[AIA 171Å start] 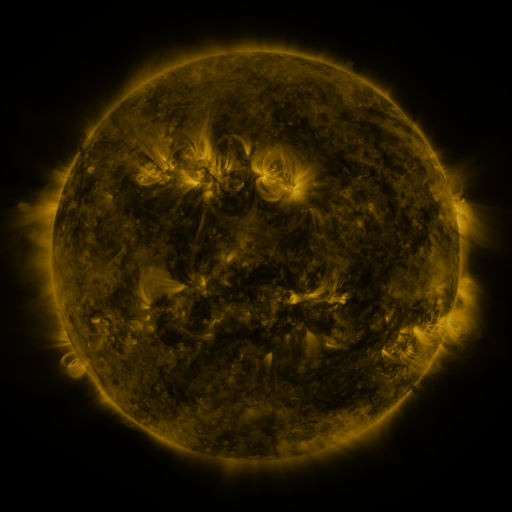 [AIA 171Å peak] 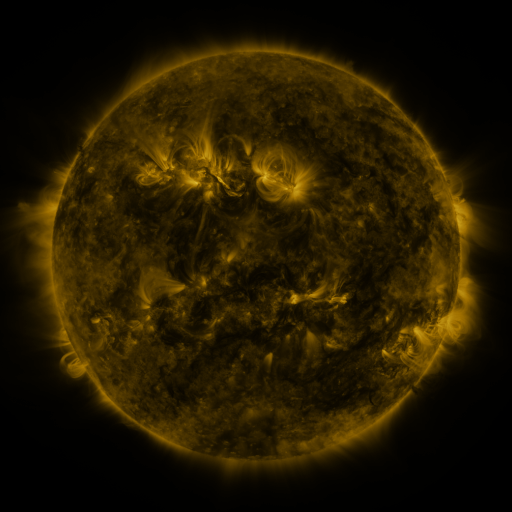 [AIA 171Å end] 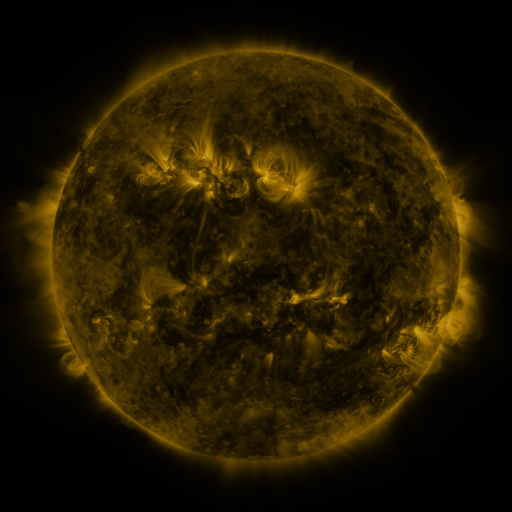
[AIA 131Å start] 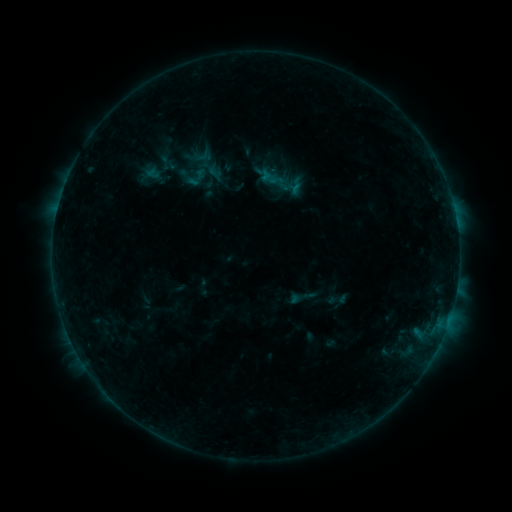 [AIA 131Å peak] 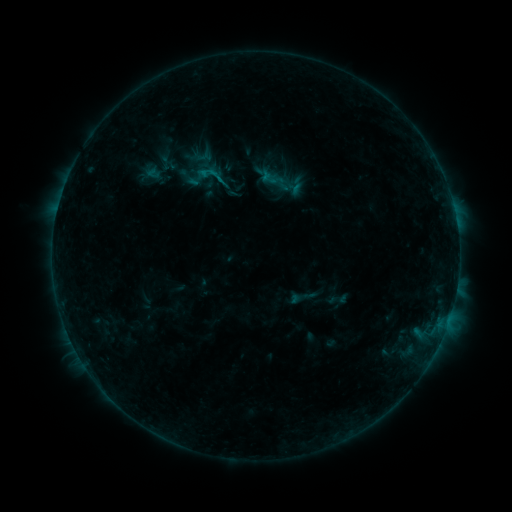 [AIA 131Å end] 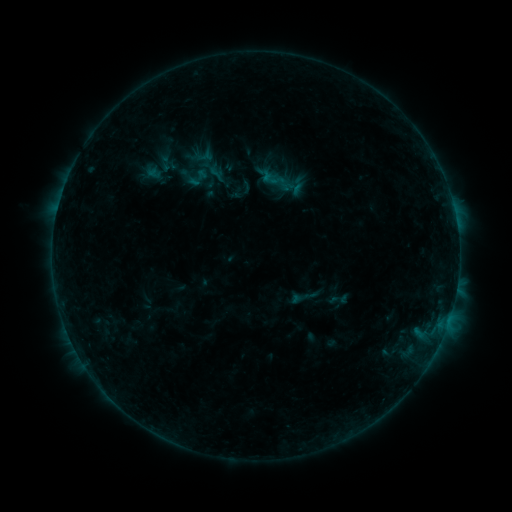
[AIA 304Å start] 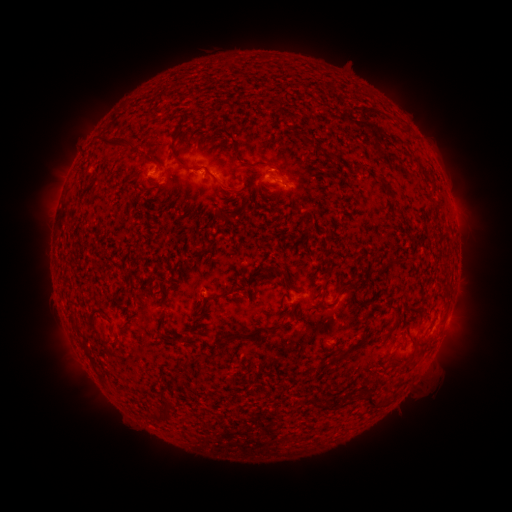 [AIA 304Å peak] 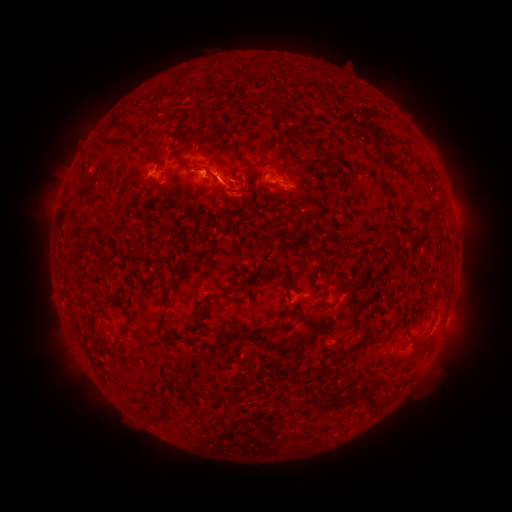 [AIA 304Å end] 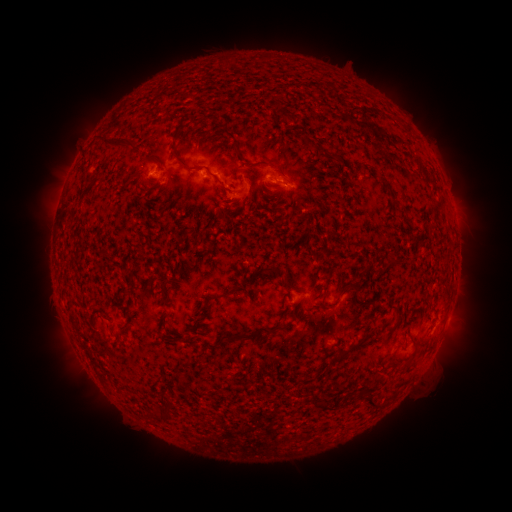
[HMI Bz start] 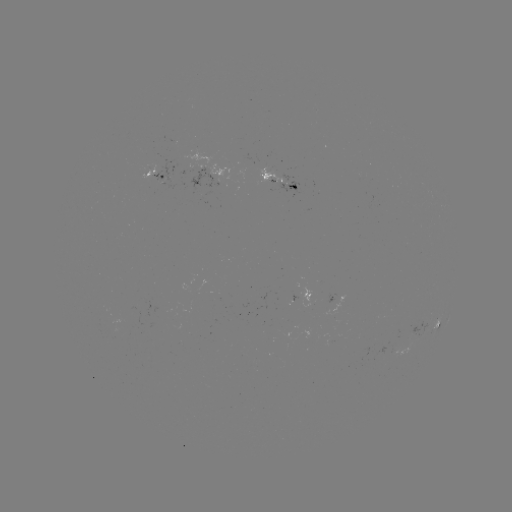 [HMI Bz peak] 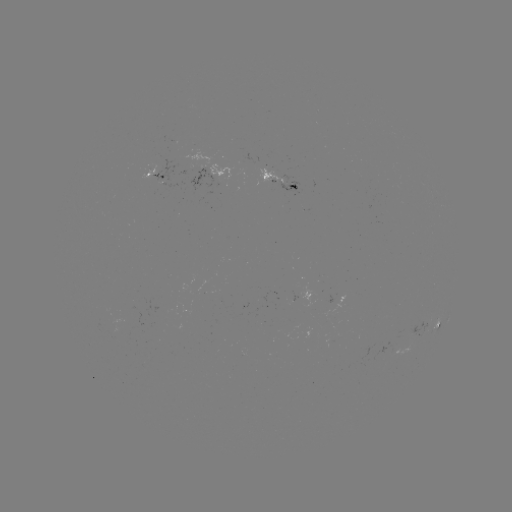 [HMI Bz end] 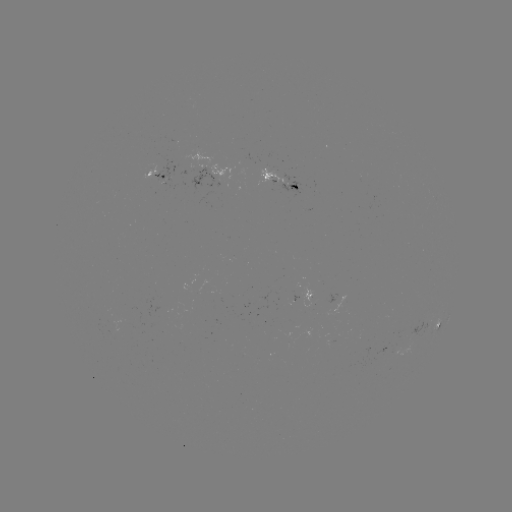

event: flare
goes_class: B4.2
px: (205, 175)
